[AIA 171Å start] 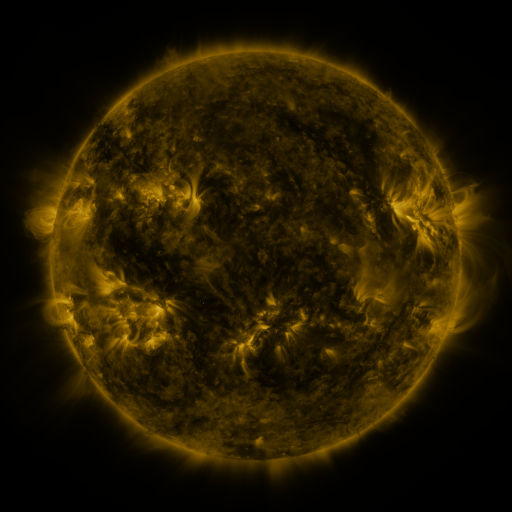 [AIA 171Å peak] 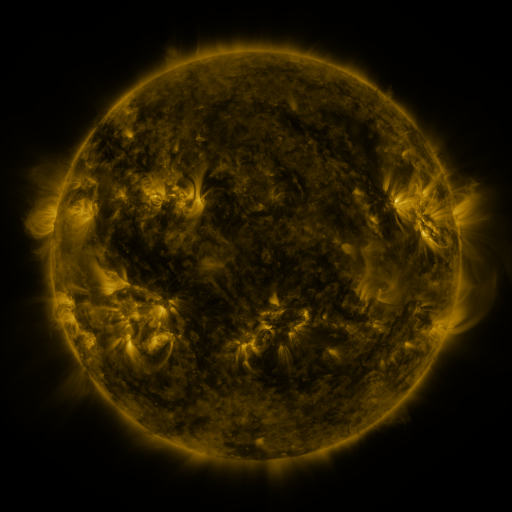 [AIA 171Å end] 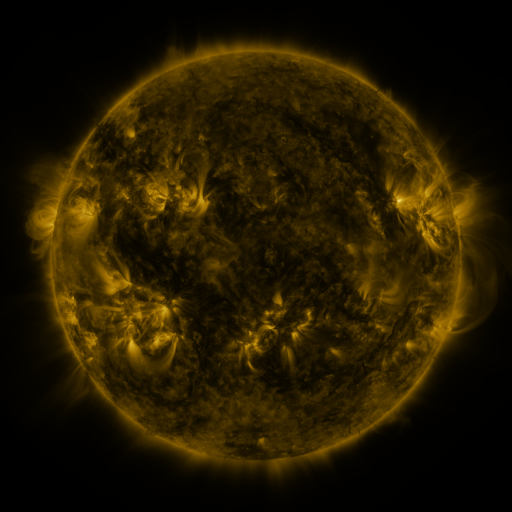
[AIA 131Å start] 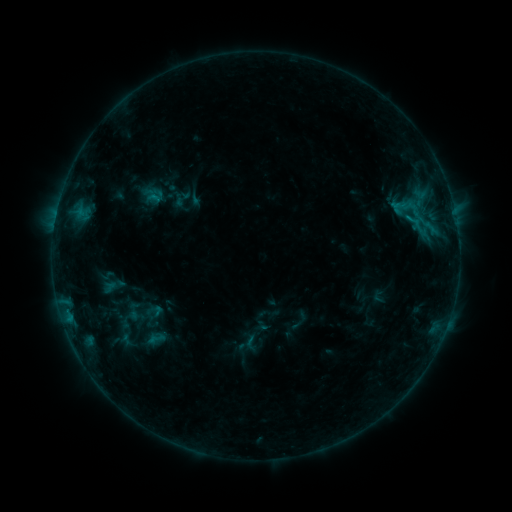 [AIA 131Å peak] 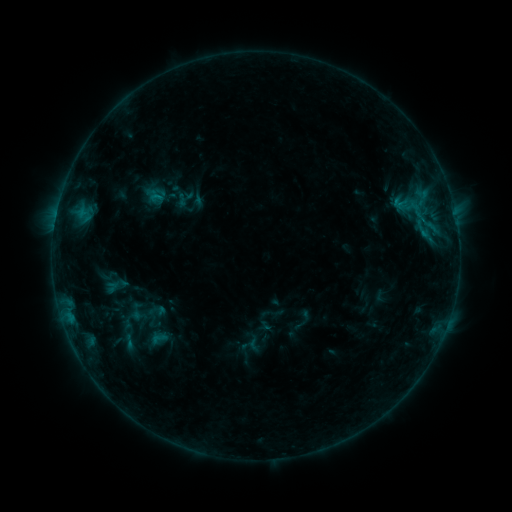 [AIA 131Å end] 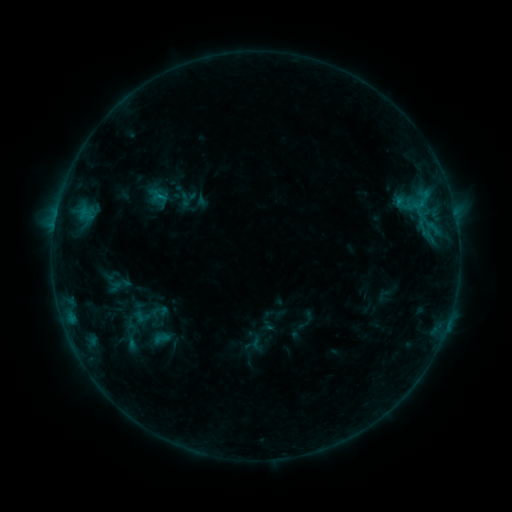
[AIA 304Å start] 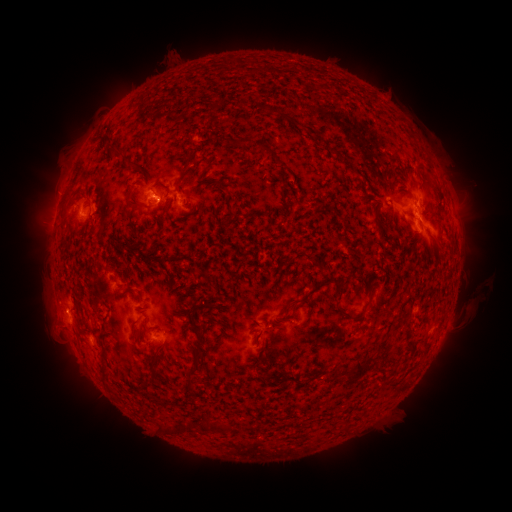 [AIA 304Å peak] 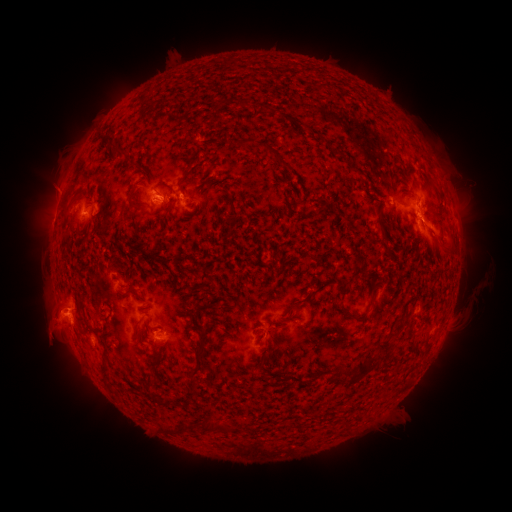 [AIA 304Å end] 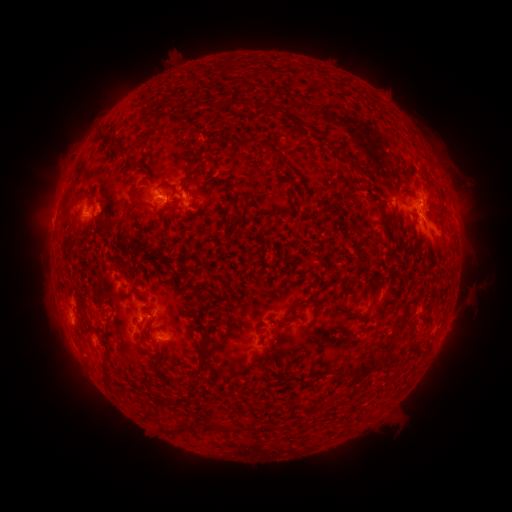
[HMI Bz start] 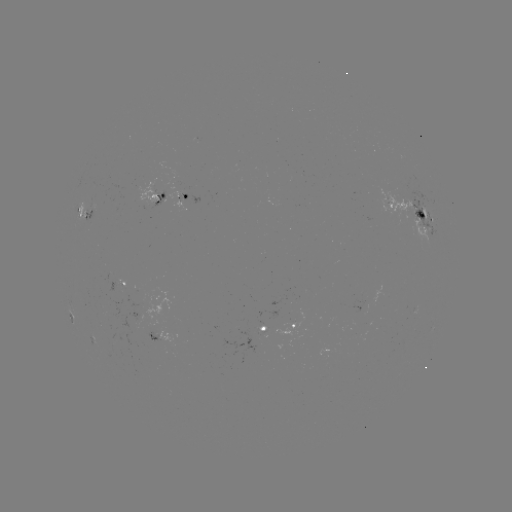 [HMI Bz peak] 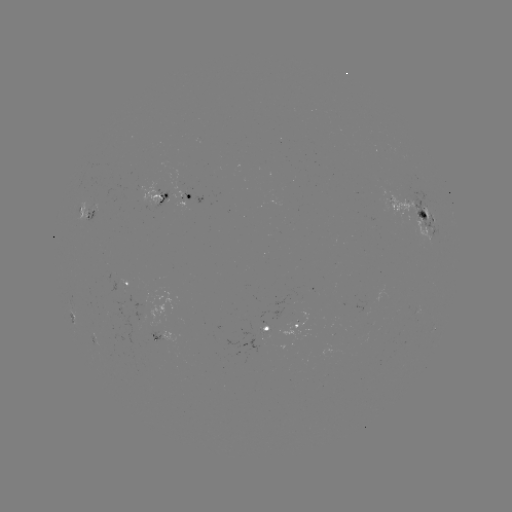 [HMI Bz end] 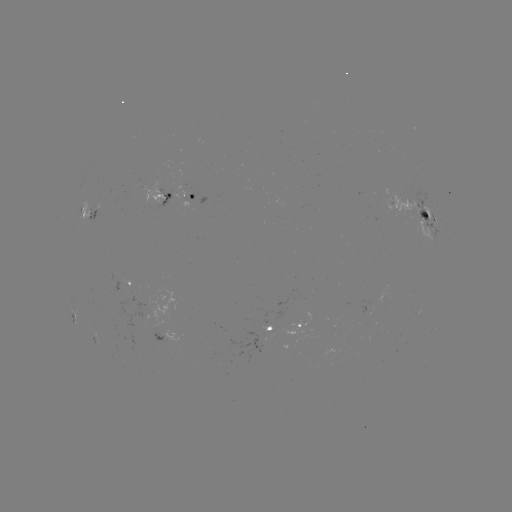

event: filament eruption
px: (38, 357)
